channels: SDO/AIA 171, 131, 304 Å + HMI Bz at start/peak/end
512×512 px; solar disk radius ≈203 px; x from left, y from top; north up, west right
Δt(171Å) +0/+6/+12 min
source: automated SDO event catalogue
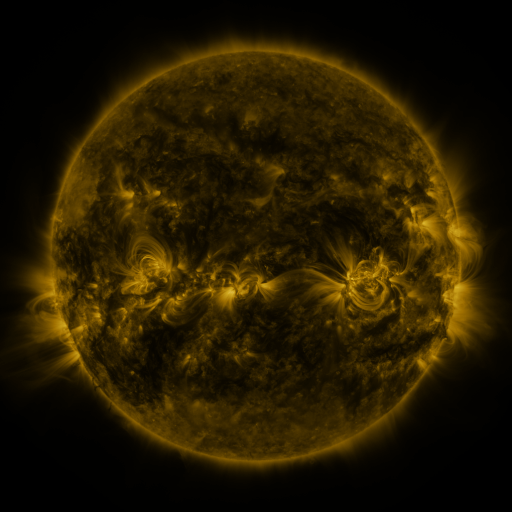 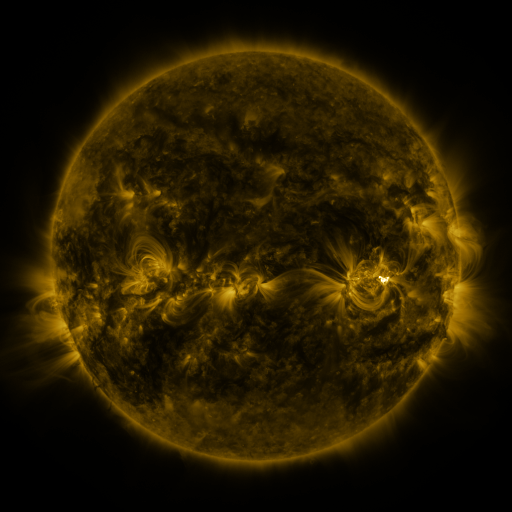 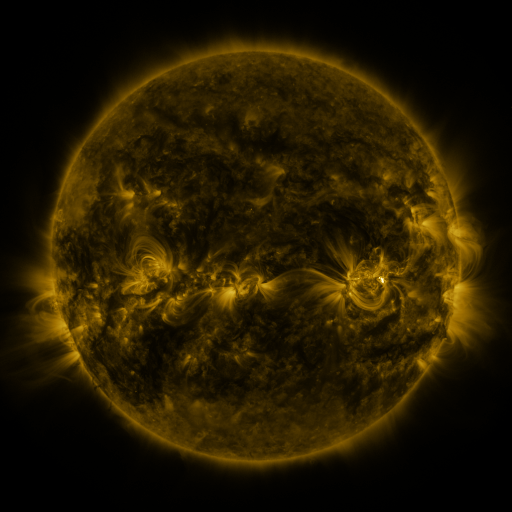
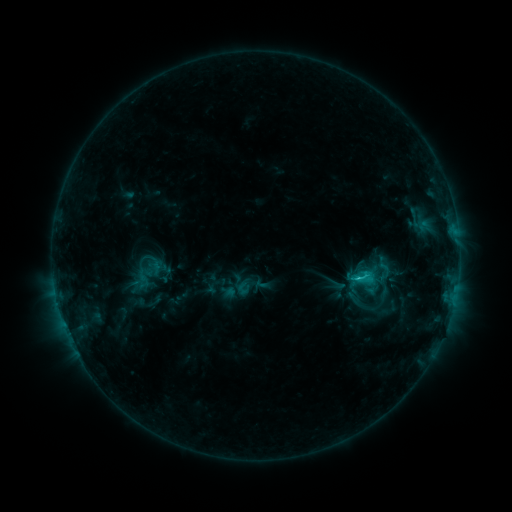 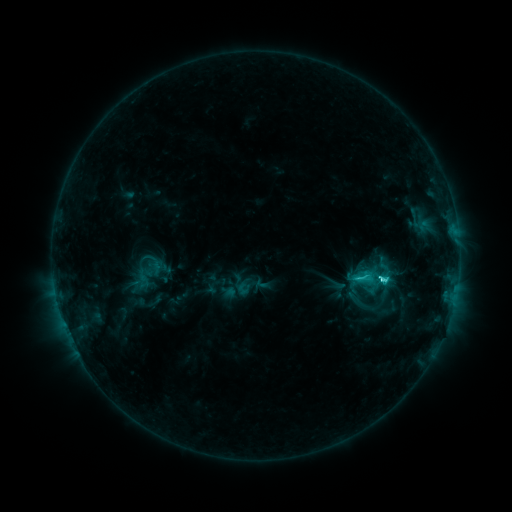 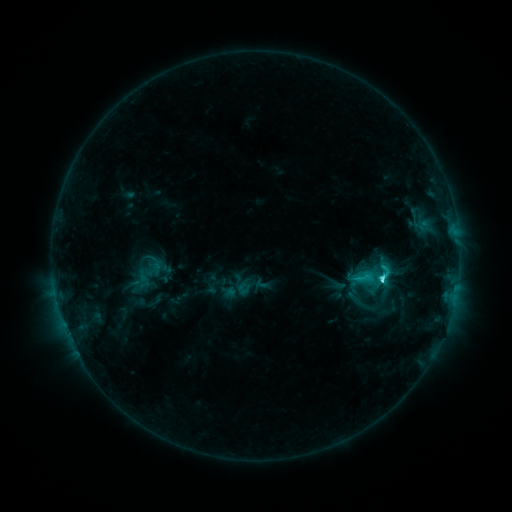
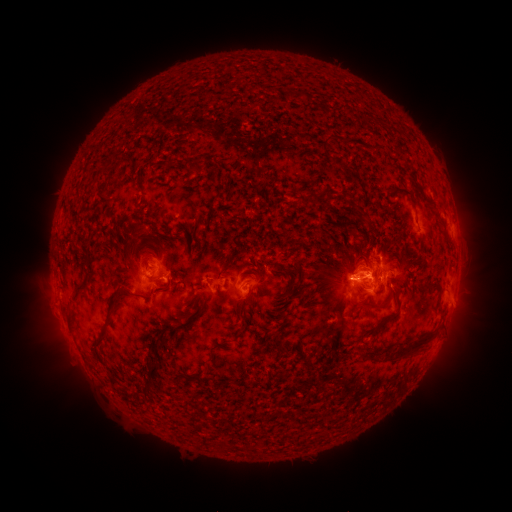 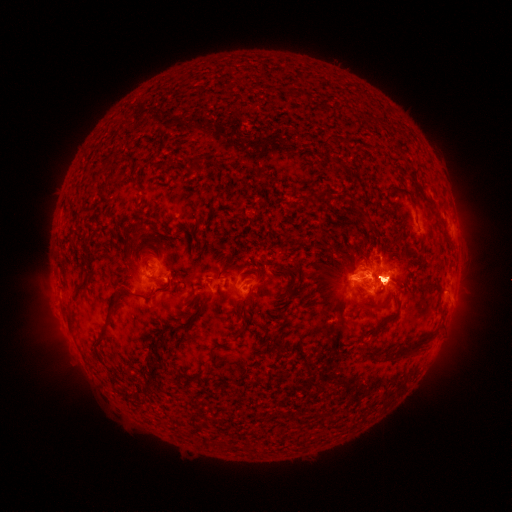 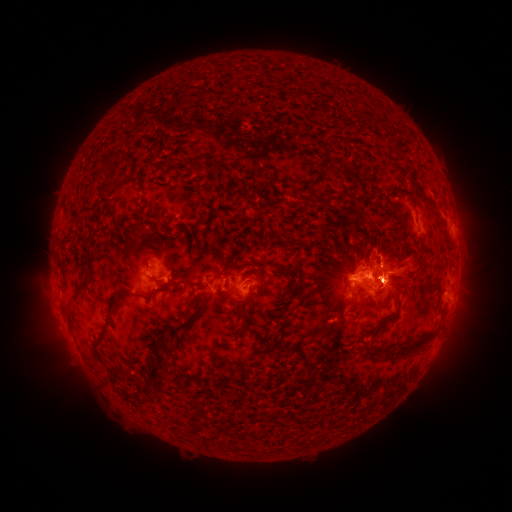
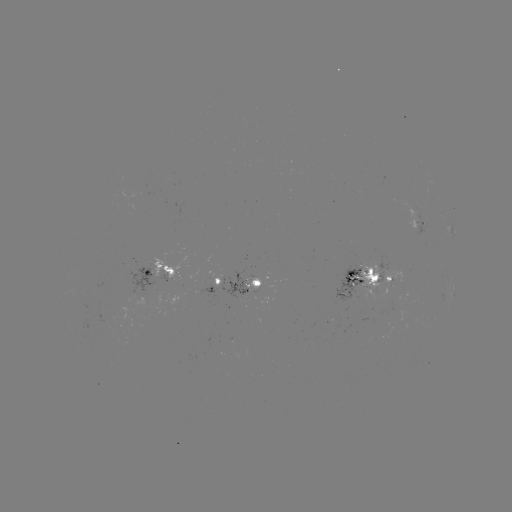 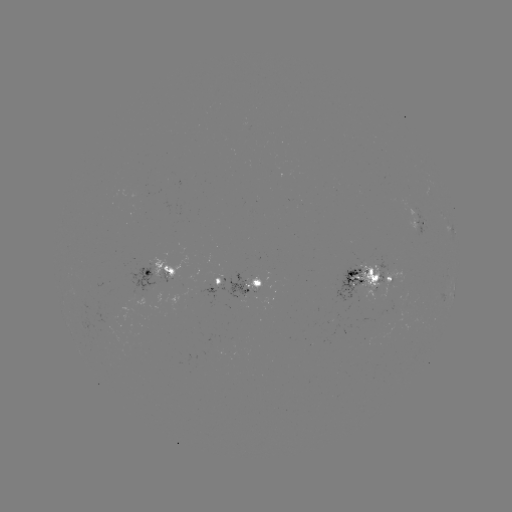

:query eruption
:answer (474, 284)